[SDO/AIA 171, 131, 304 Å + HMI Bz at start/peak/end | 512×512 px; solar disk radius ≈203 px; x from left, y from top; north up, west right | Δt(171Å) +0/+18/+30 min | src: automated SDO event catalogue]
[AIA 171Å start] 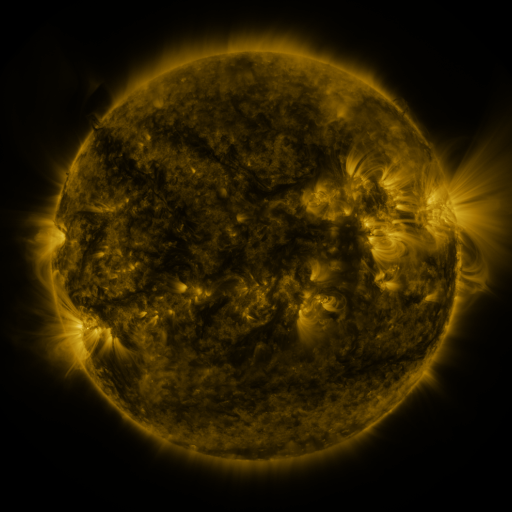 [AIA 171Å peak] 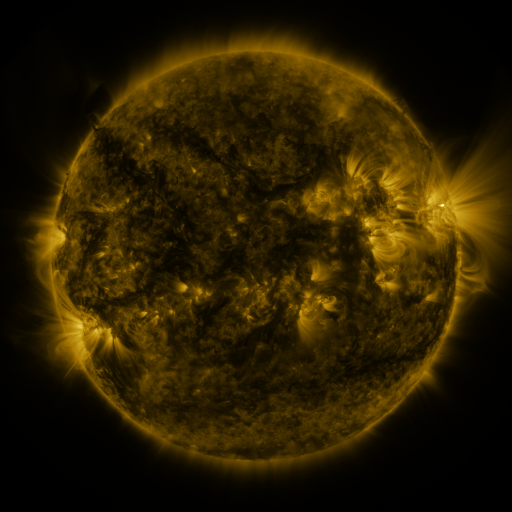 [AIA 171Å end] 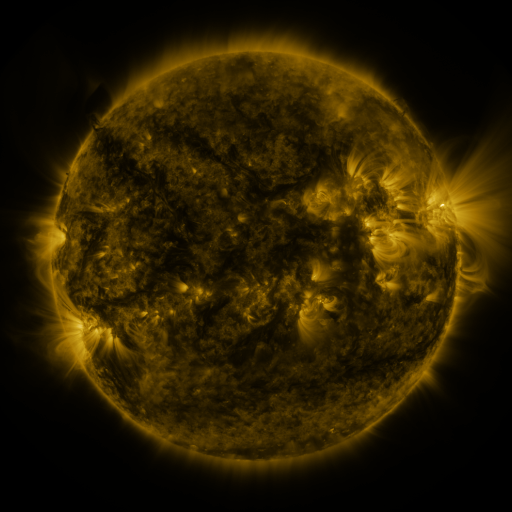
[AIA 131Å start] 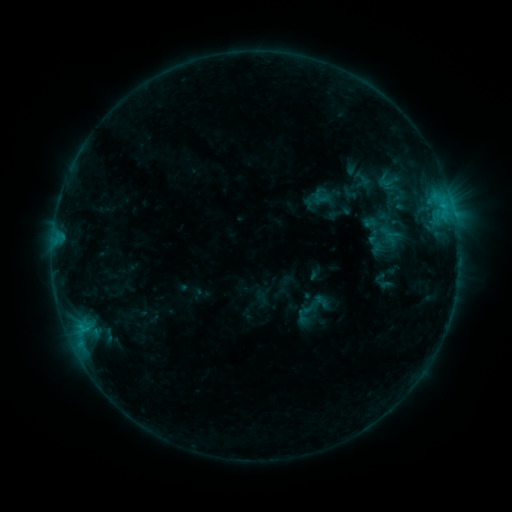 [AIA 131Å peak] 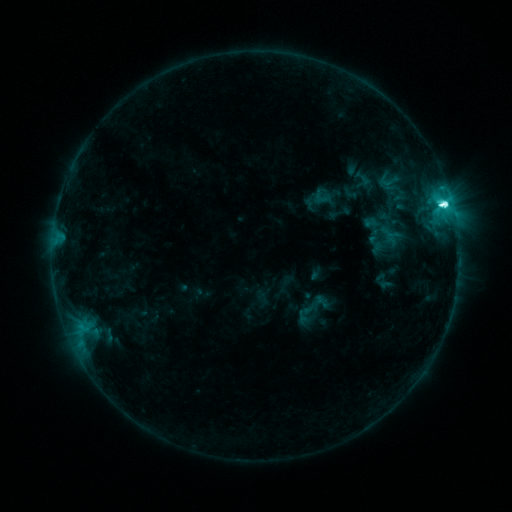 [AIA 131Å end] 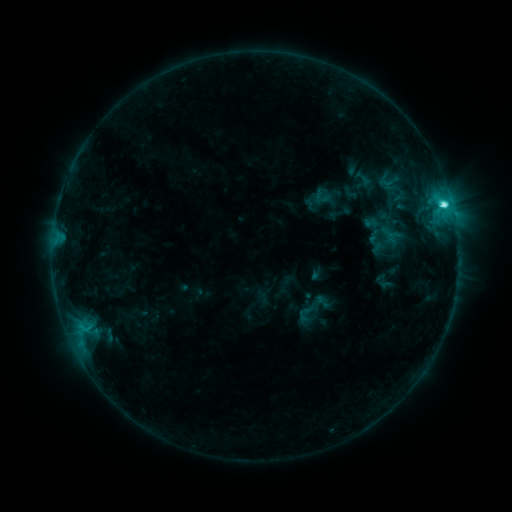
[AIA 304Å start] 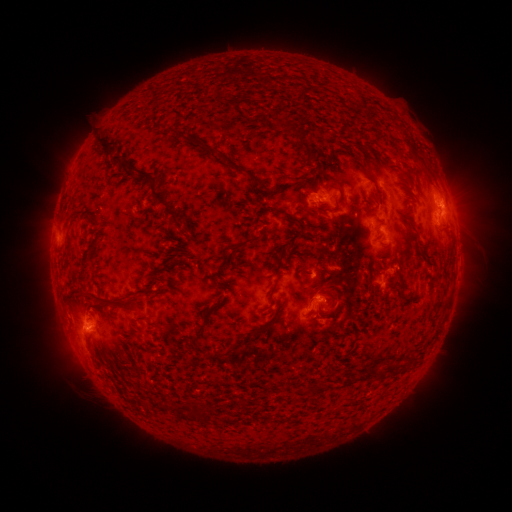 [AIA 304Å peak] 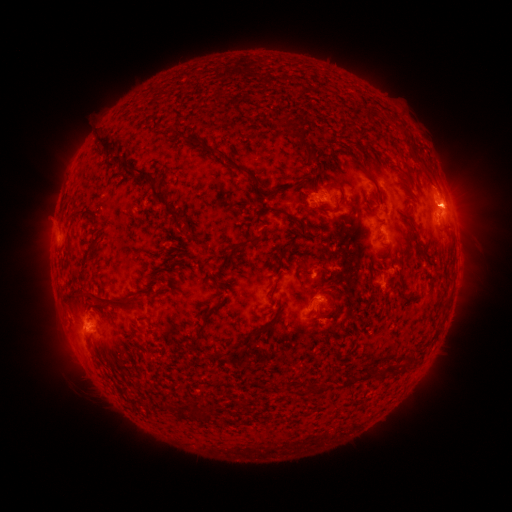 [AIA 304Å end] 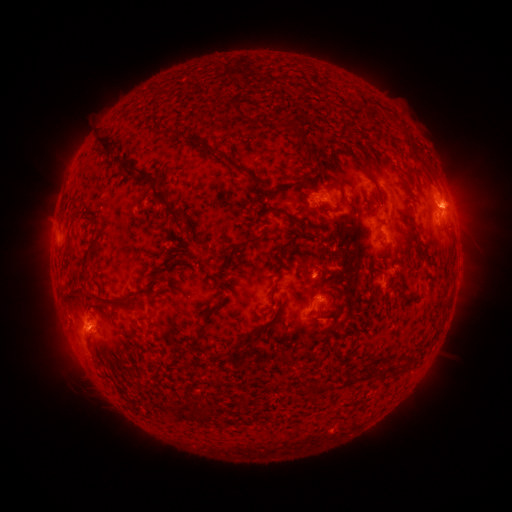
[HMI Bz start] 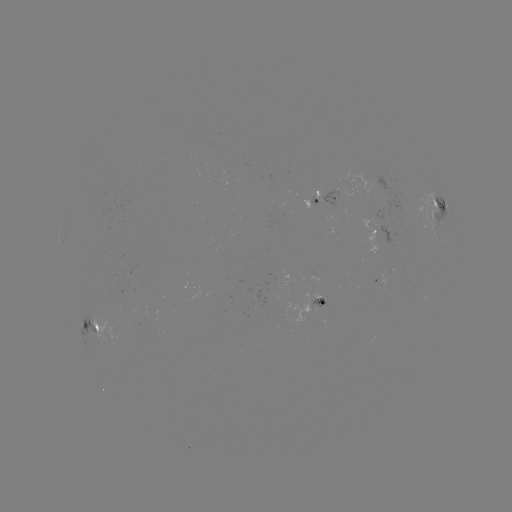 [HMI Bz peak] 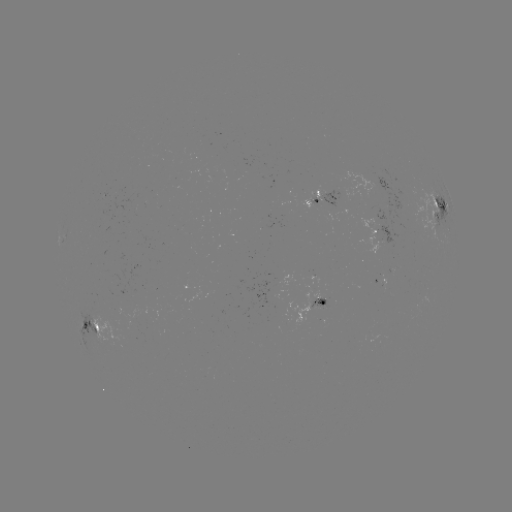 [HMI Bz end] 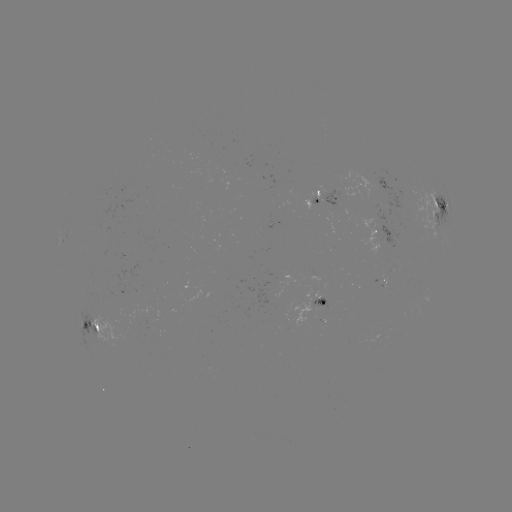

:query C8.7 flare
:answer (443, 207)